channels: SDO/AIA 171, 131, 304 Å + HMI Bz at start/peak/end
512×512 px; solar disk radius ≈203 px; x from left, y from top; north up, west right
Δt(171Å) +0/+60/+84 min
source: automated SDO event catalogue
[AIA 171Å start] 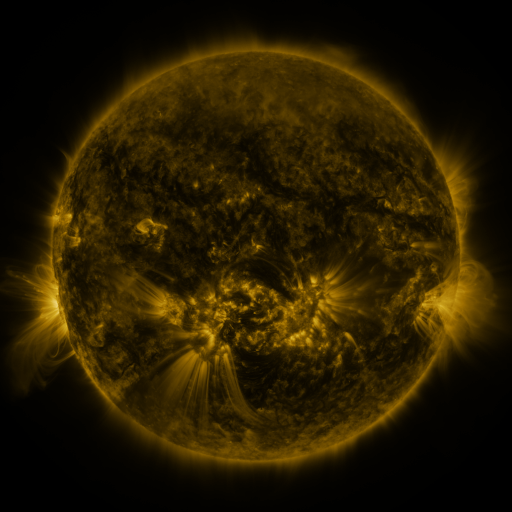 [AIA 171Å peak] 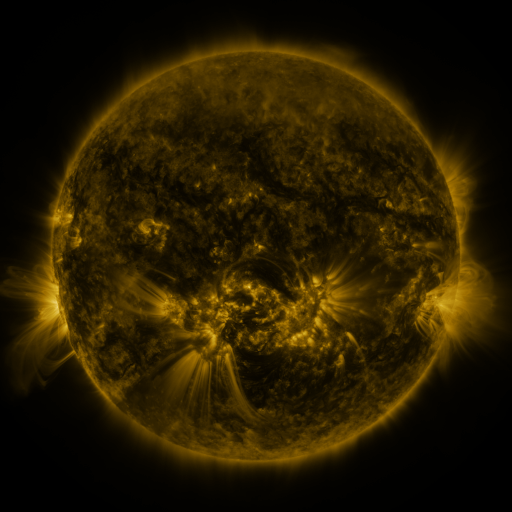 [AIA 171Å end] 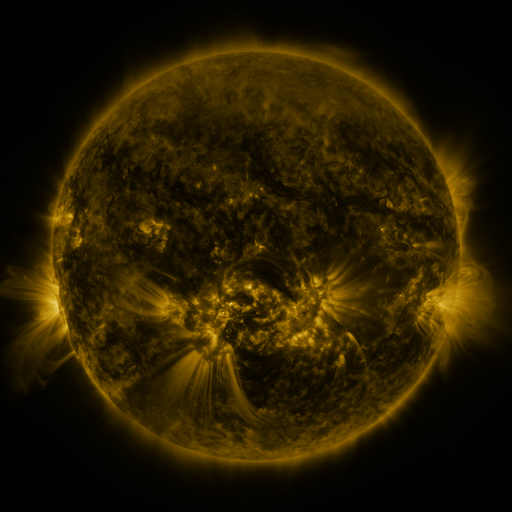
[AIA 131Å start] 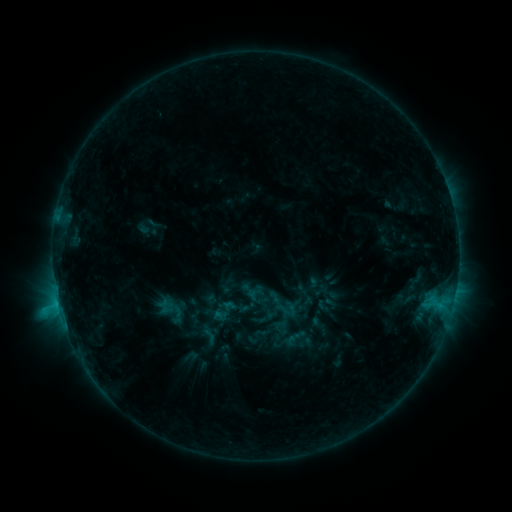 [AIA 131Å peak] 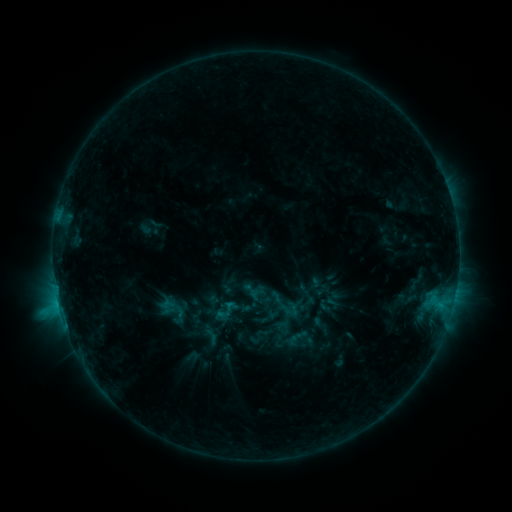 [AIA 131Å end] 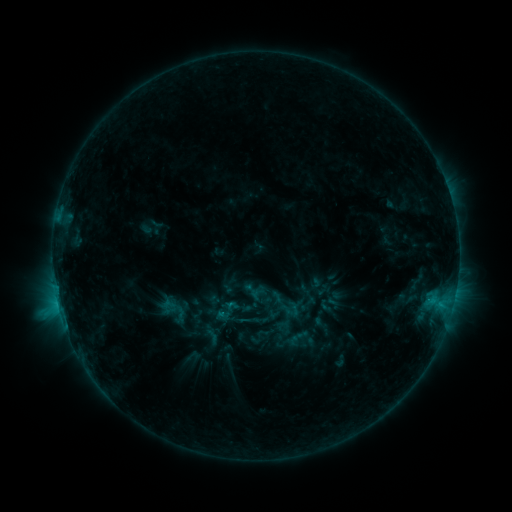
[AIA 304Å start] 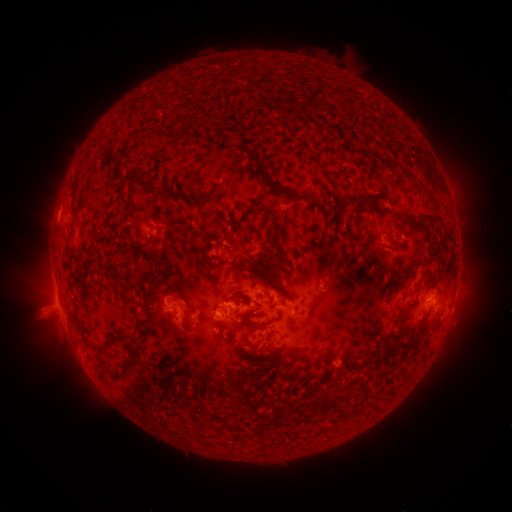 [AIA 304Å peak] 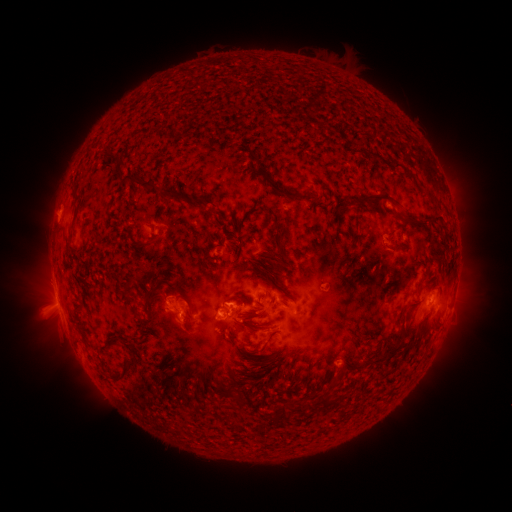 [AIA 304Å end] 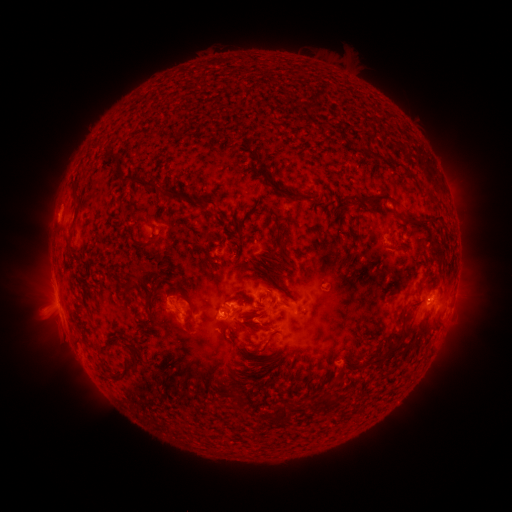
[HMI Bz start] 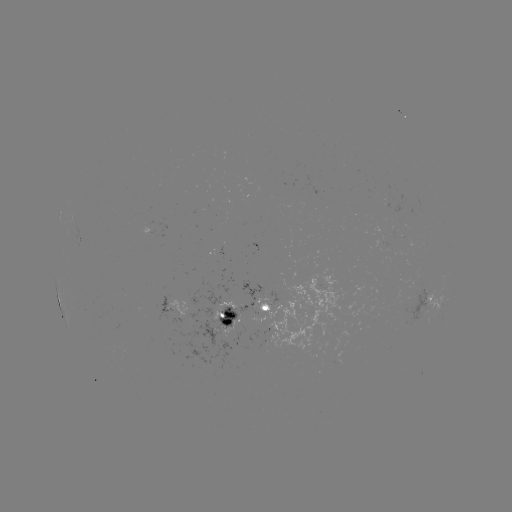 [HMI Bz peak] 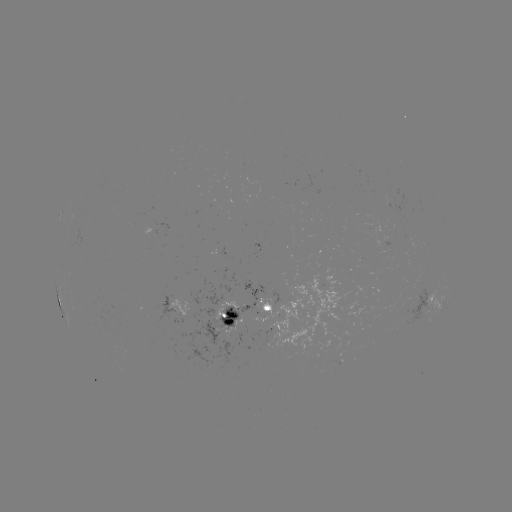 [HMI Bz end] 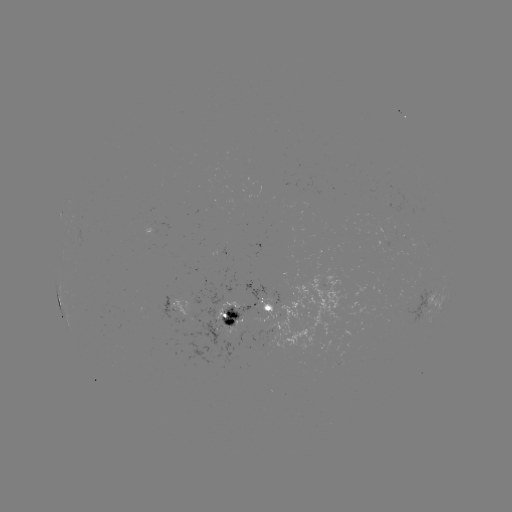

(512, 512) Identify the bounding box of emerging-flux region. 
[266, 272, 348, 351].